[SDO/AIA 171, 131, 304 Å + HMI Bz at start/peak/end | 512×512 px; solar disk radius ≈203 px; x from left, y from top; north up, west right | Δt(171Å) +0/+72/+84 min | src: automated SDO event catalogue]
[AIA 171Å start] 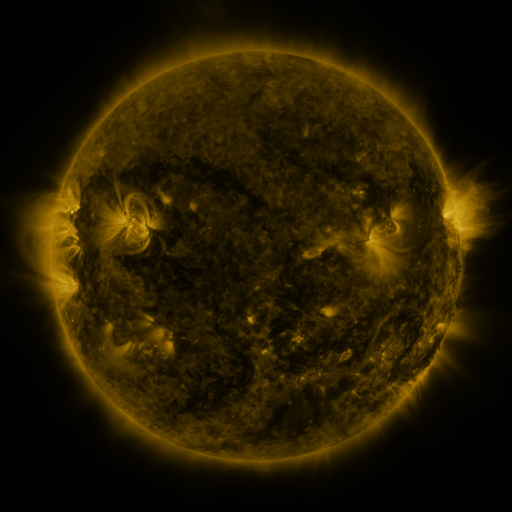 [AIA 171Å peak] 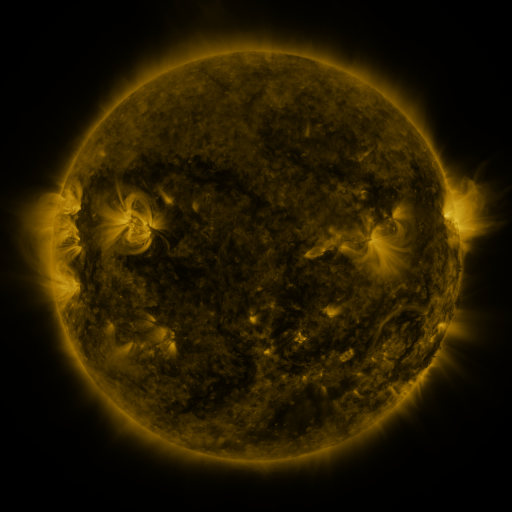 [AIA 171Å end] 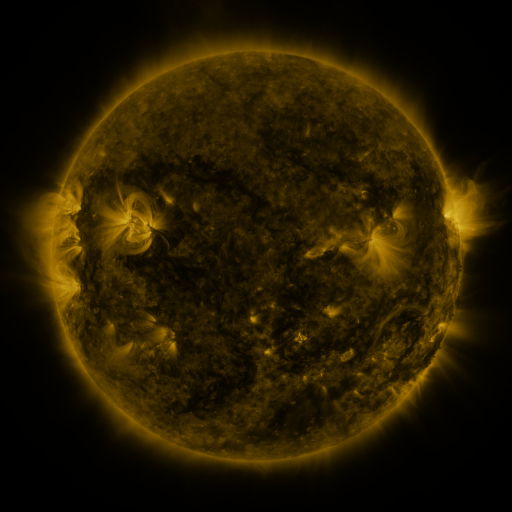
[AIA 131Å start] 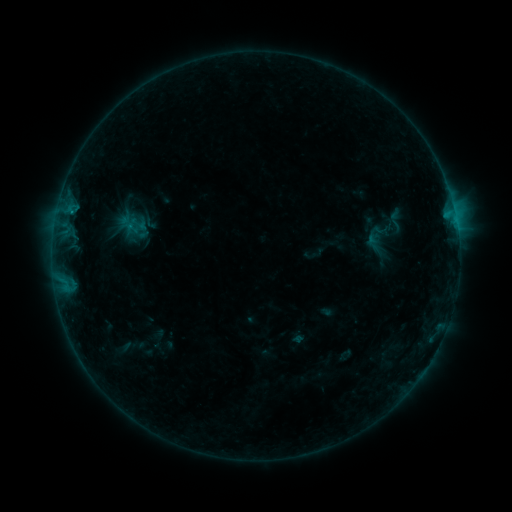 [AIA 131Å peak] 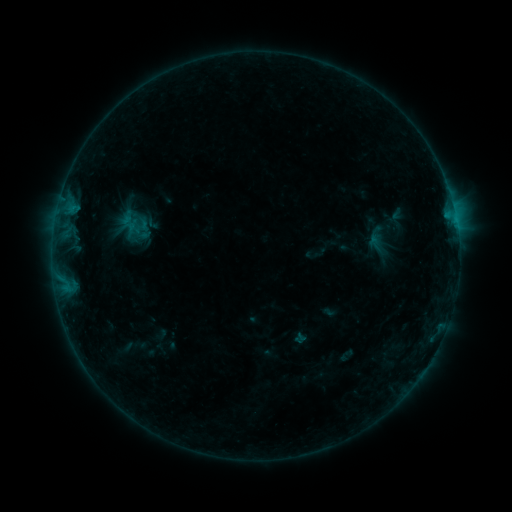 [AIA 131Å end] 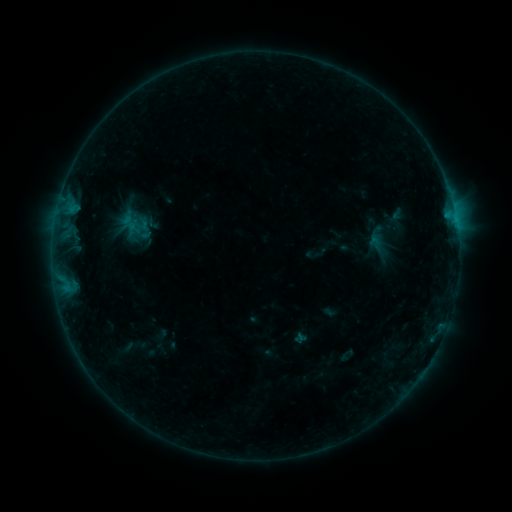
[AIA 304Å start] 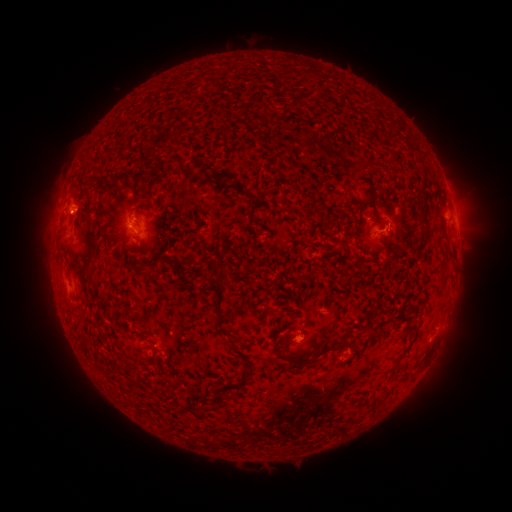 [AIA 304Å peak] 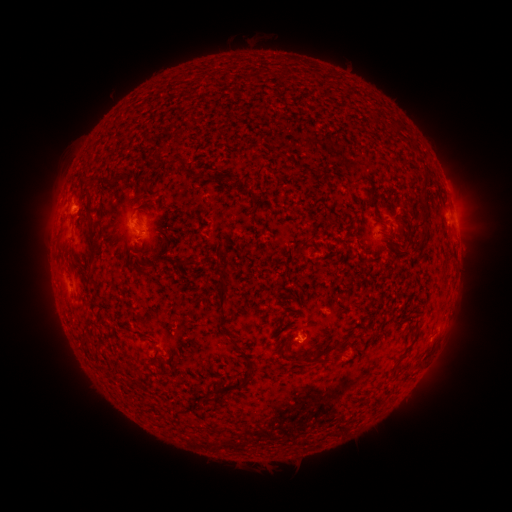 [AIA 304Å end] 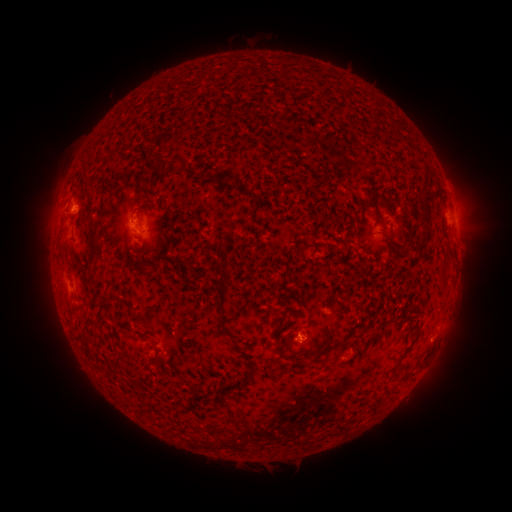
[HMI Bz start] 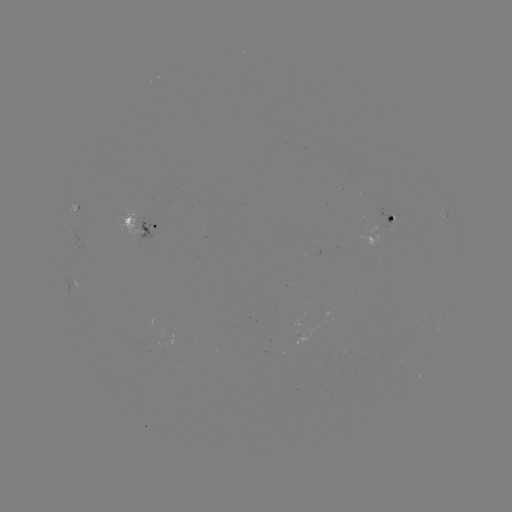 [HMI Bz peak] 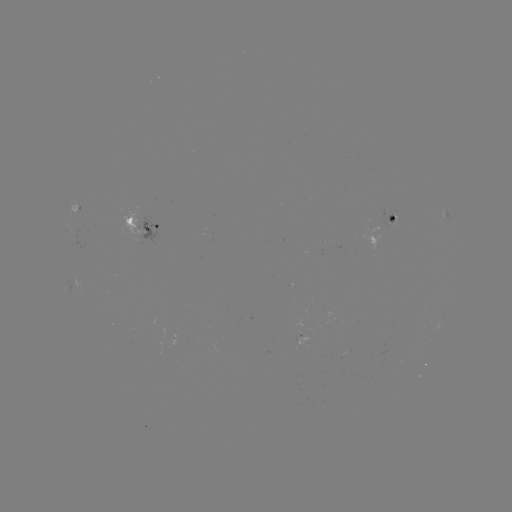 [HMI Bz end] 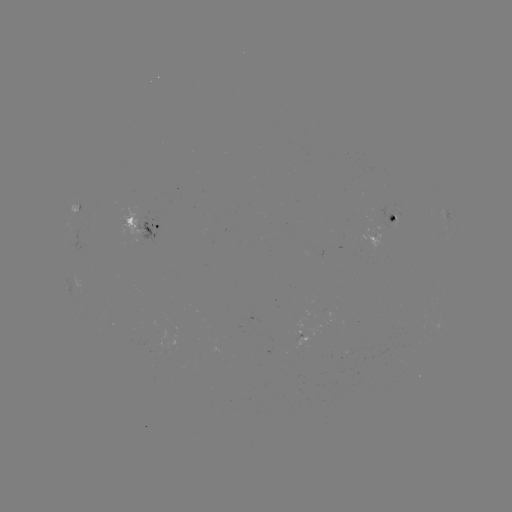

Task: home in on emerging-flux region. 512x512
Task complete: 134,224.